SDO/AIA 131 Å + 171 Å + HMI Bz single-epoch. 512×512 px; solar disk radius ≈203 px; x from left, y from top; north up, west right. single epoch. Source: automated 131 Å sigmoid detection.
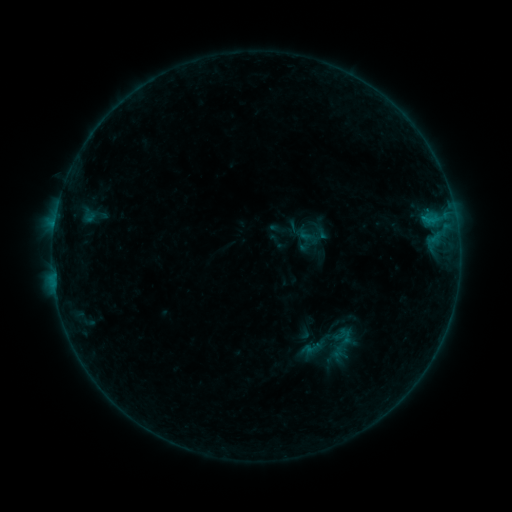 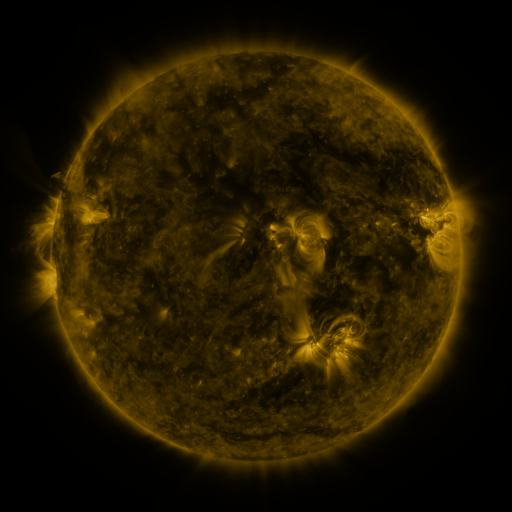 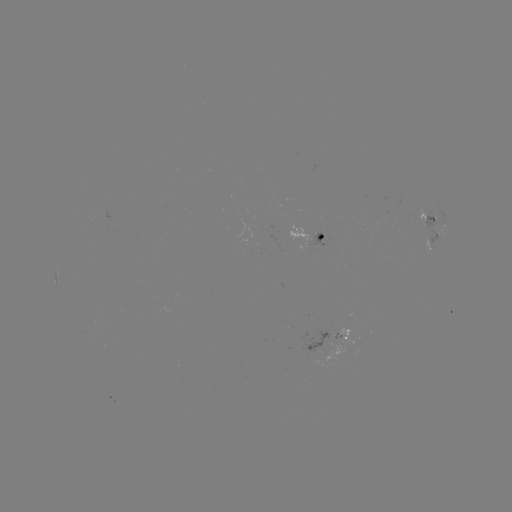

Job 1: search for sigmoid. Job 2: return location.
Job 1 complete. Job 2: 341,344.